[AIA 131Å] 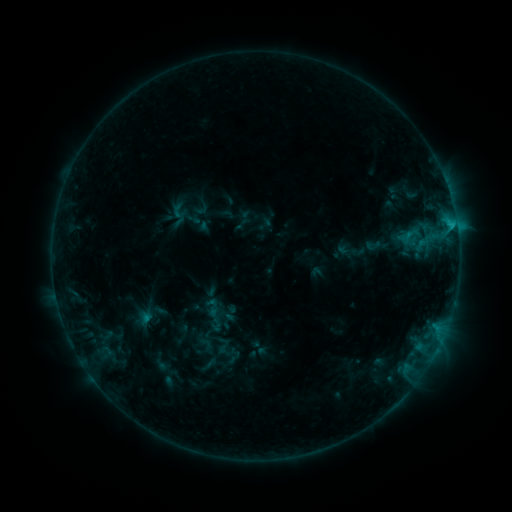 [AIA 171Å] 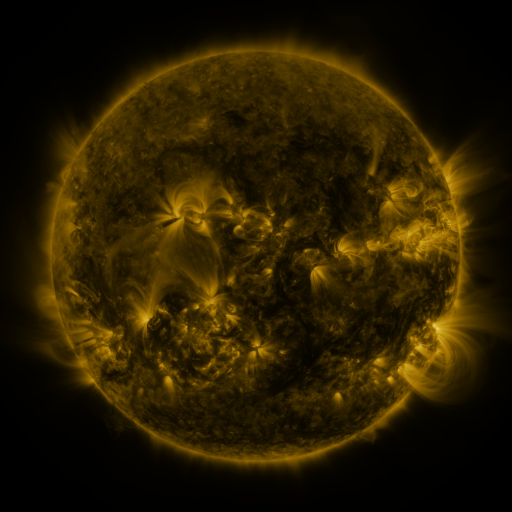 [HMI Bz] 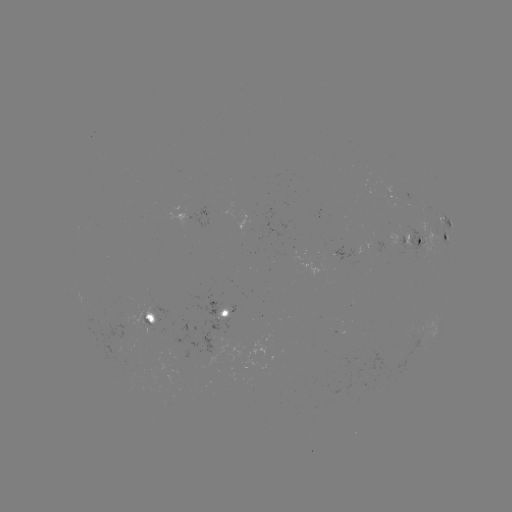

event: sigmoid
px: (212, 307)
